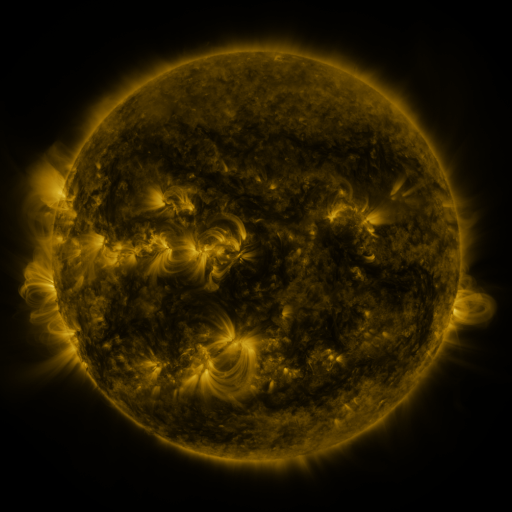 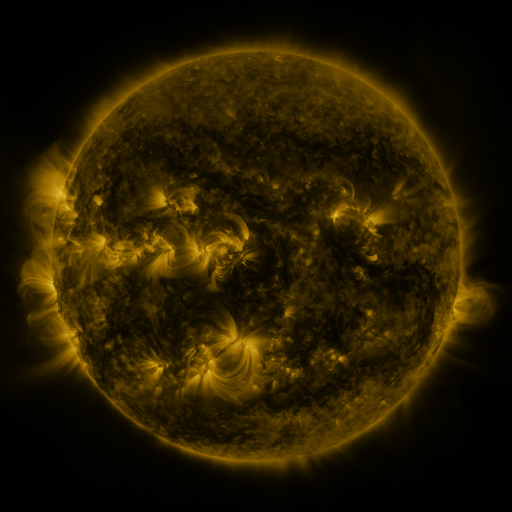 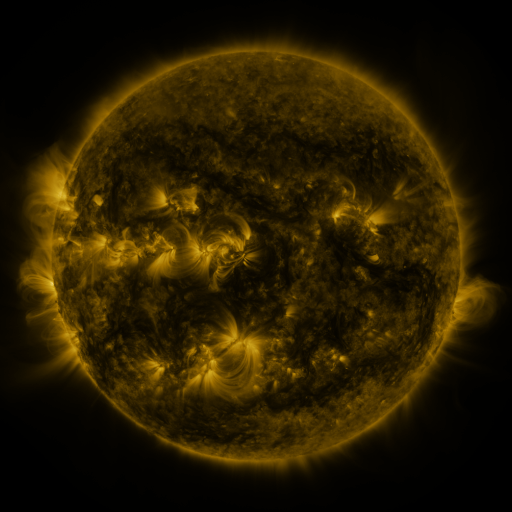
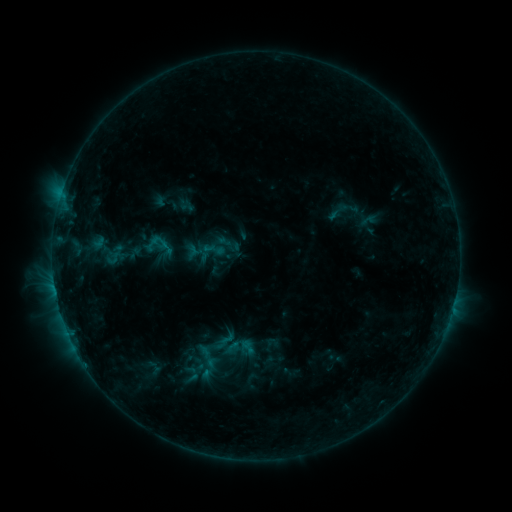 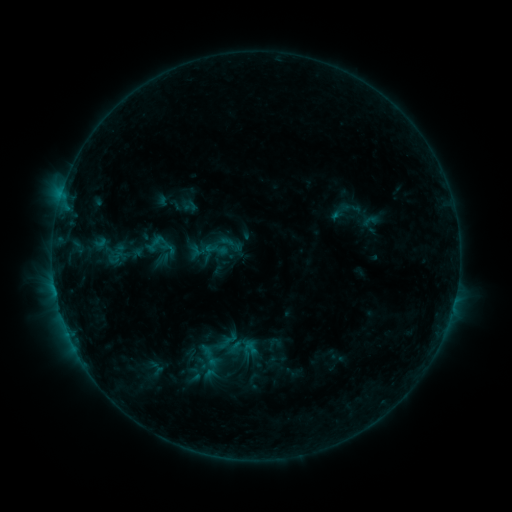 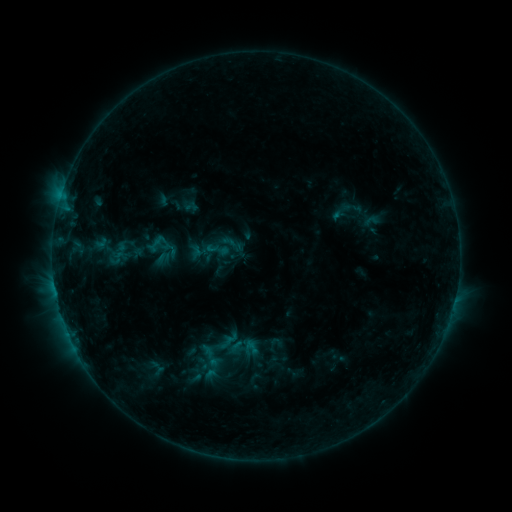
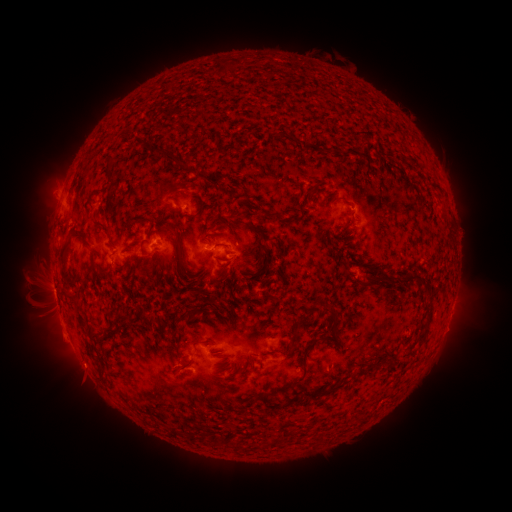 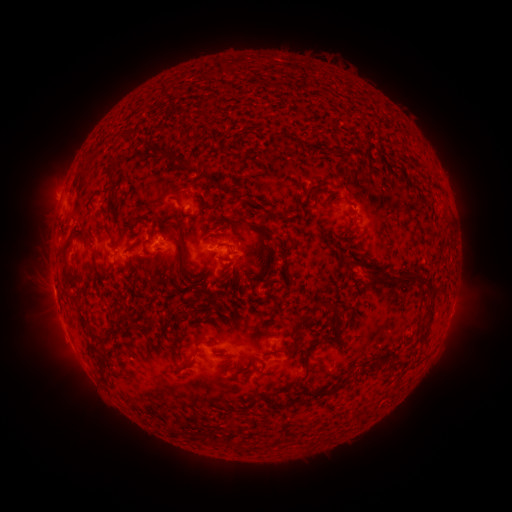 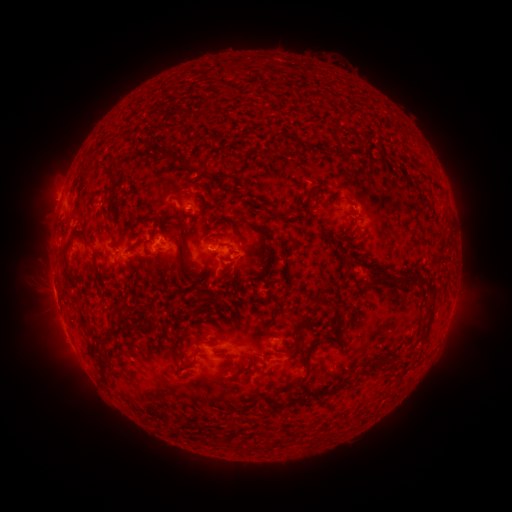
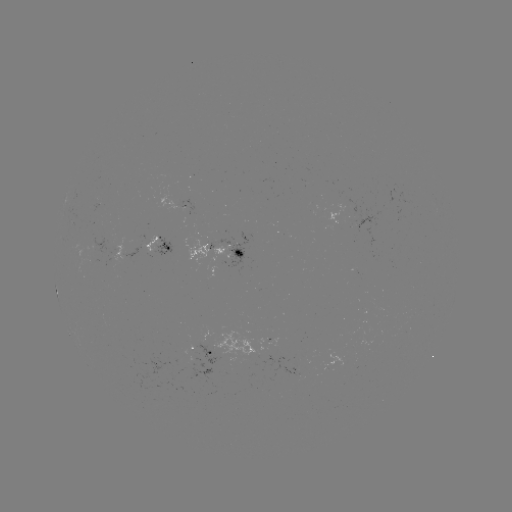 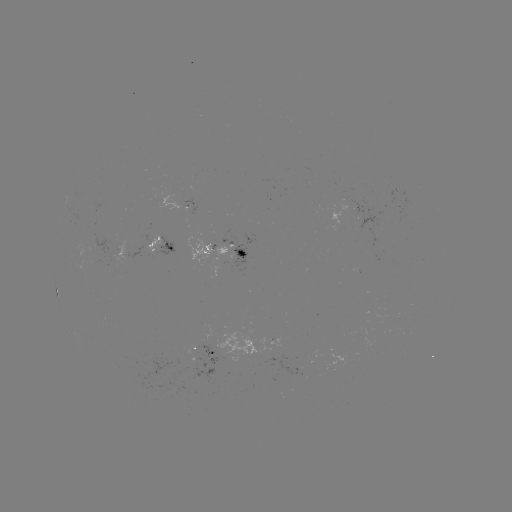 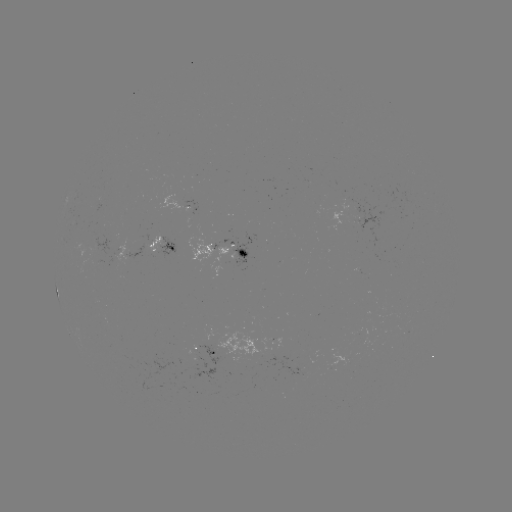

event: emerging-flux region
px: (207, 245)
